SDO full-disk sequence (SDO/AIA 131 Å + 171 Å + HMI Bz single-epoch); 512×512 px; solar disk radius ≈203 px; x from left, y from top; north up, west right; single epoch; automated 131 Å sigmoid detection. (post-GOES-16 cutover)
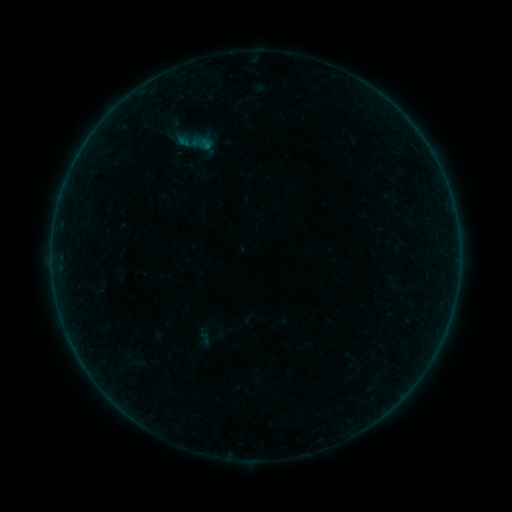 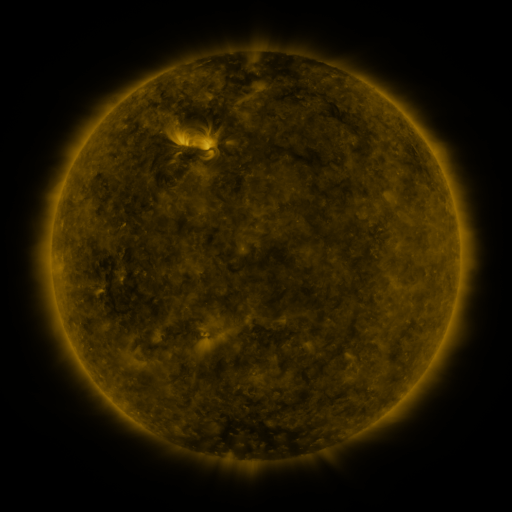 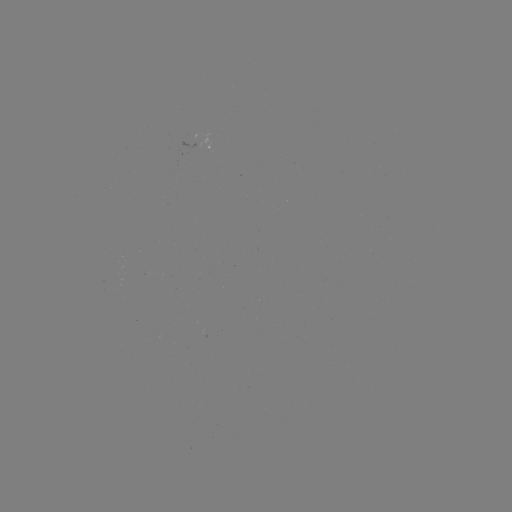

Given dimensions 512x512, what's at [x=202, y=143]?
sigmoid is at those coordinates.